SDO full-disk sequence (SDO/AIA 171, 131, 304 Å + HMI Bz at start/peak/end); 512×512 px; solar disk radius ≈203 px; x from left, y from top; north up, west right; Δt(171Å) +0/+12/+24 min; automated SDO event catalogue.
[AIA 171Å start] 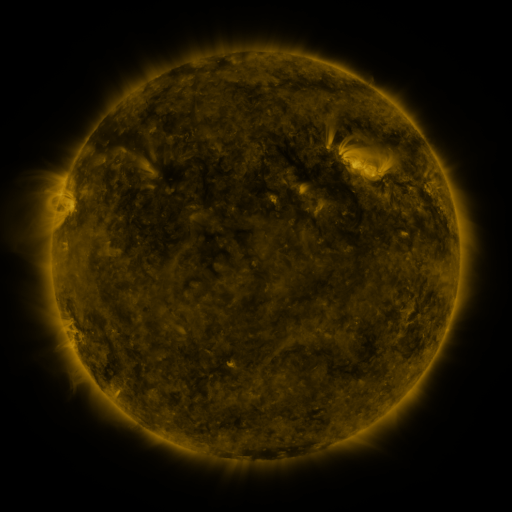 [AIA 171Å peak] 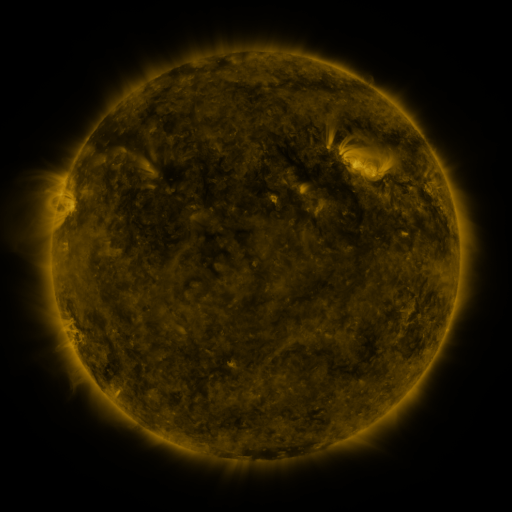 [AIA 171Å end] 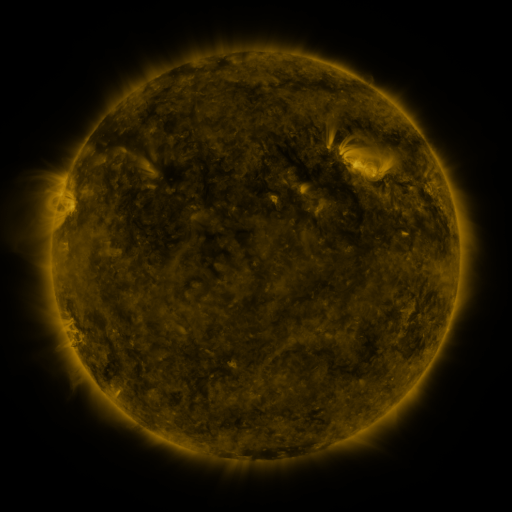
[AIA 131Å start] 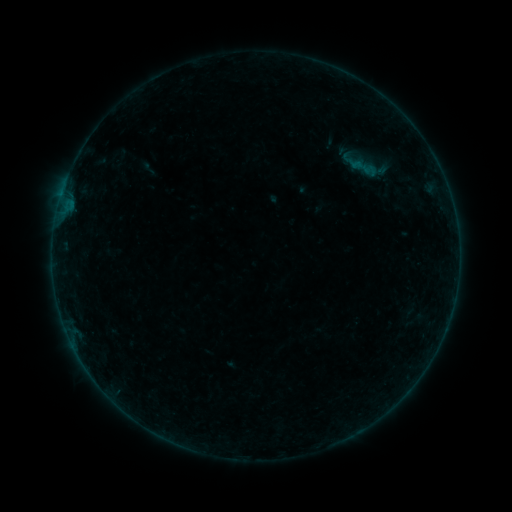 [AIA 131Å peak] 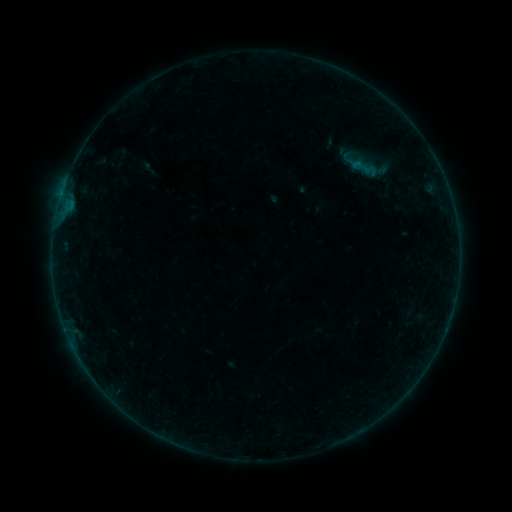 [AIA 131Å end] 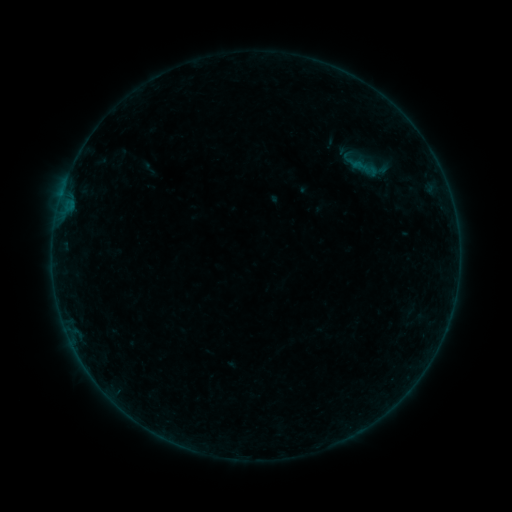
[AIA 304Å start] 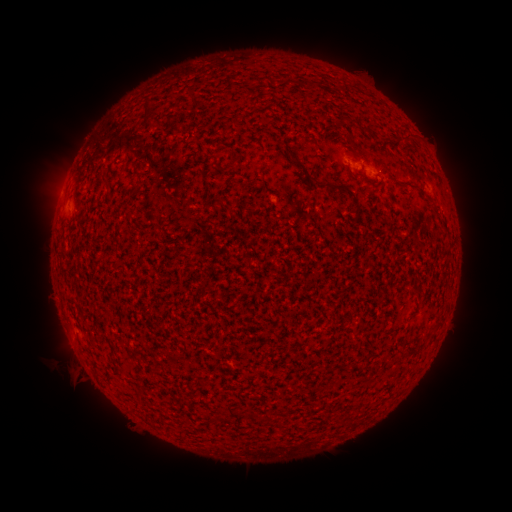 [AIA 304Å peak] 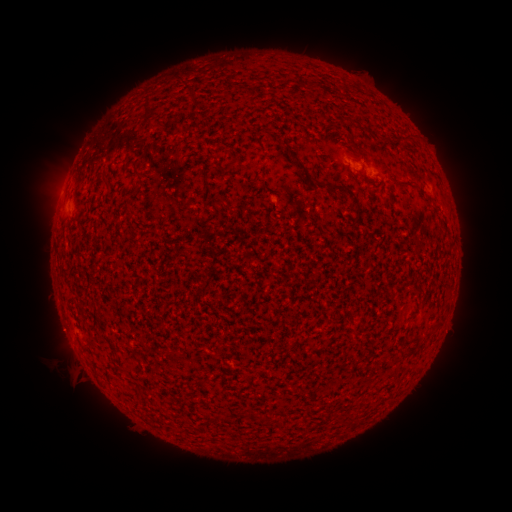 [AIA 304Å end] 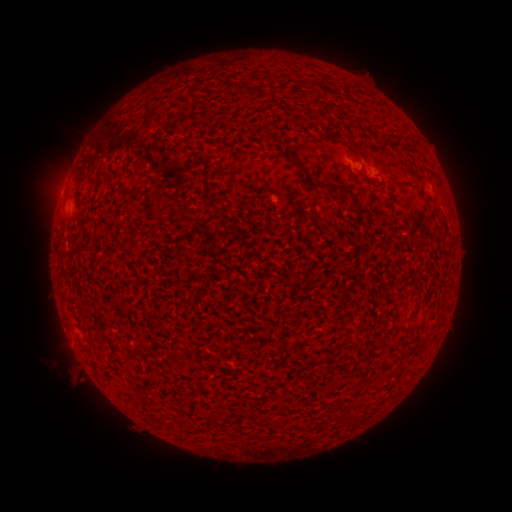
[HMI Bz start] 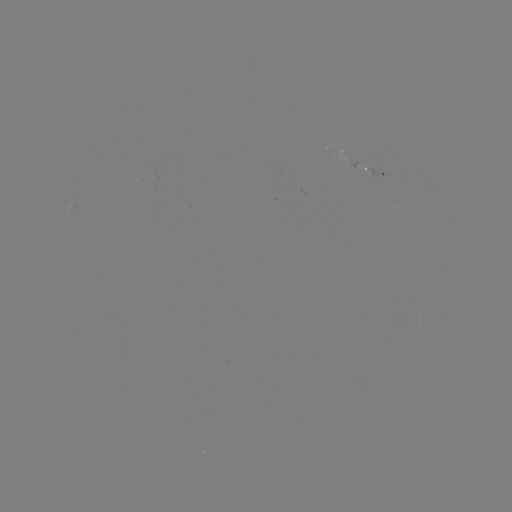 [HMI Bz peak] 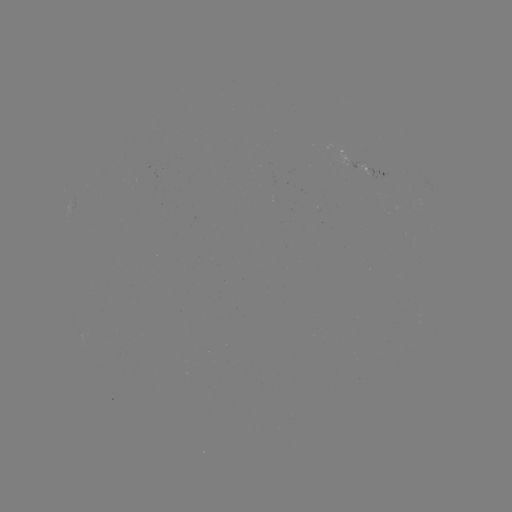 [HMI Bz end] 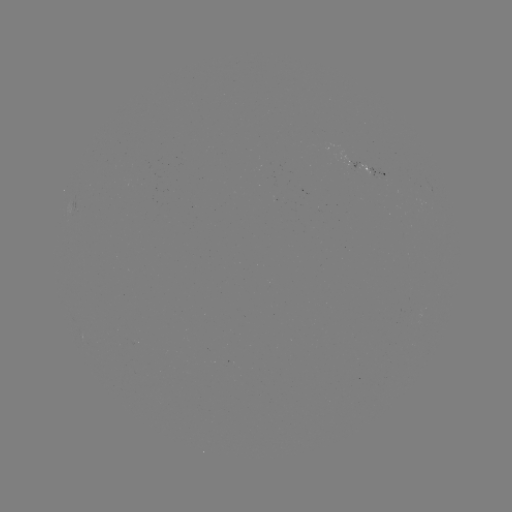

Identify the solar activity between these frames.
no classed flare was catalogued and no EUV brightening was flagged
